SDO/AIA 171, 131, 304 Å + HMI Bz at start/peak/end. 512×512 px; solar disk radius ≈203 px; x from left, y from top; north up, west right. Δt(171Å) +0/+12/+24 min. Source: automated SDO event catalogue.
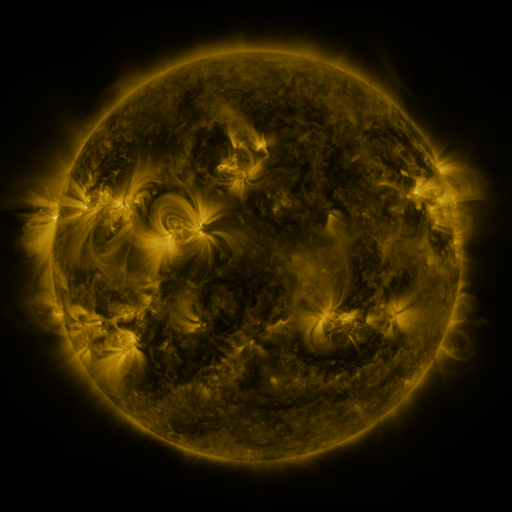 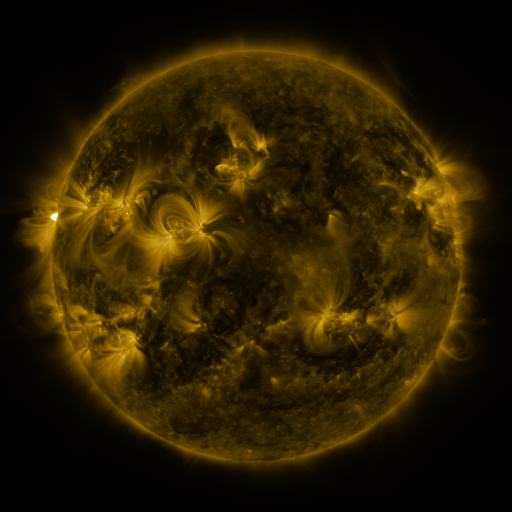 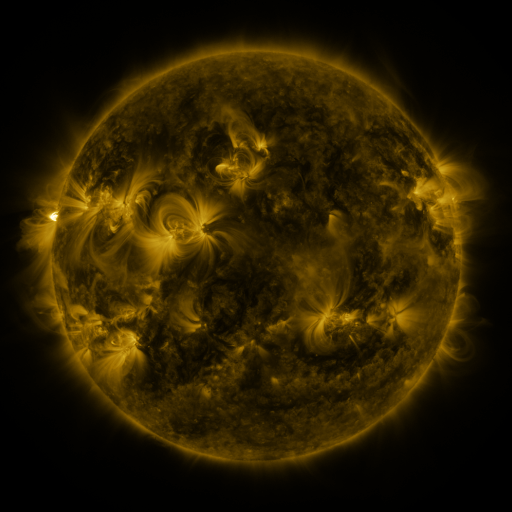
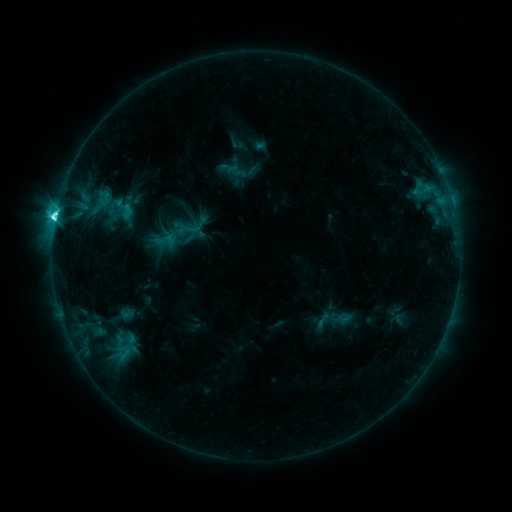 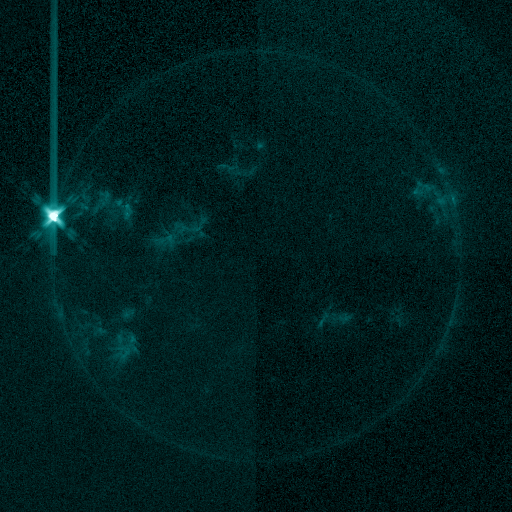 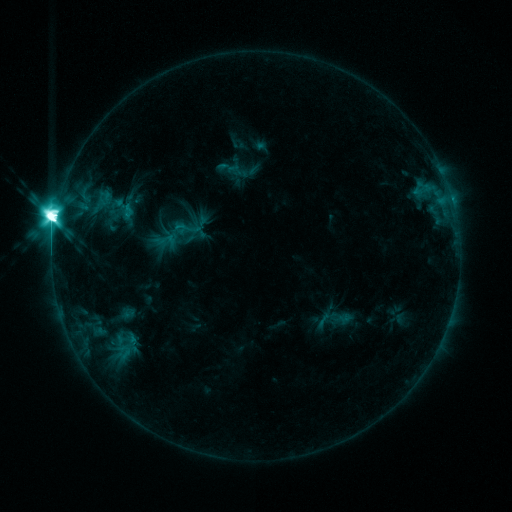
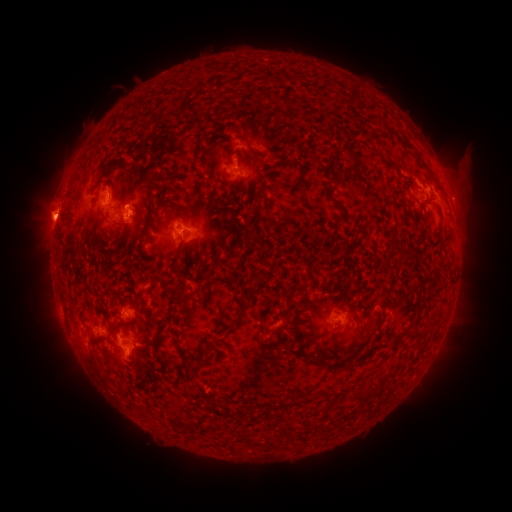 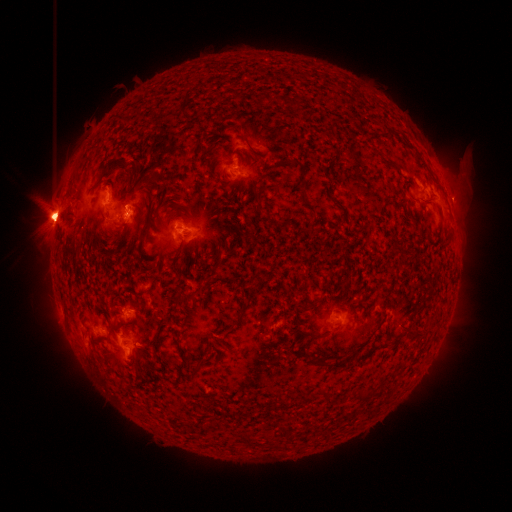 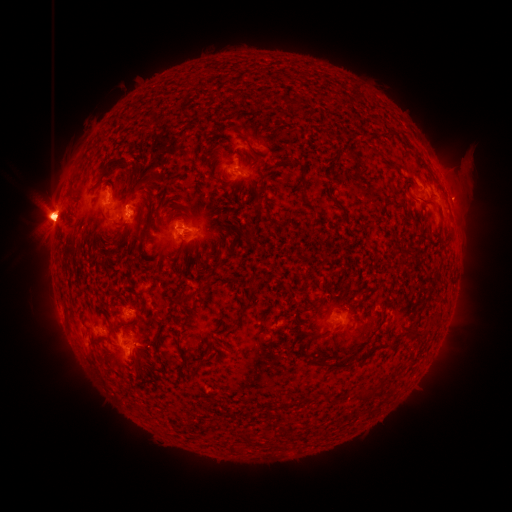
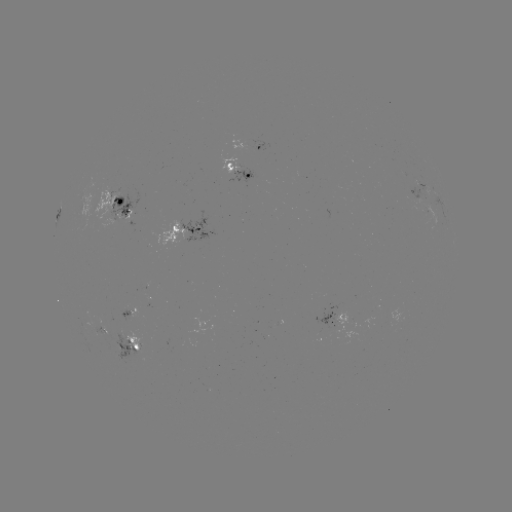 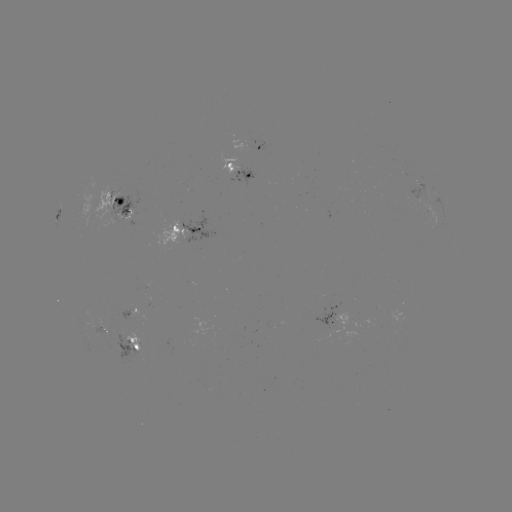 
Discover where eruption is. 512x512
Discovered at (83, 239).